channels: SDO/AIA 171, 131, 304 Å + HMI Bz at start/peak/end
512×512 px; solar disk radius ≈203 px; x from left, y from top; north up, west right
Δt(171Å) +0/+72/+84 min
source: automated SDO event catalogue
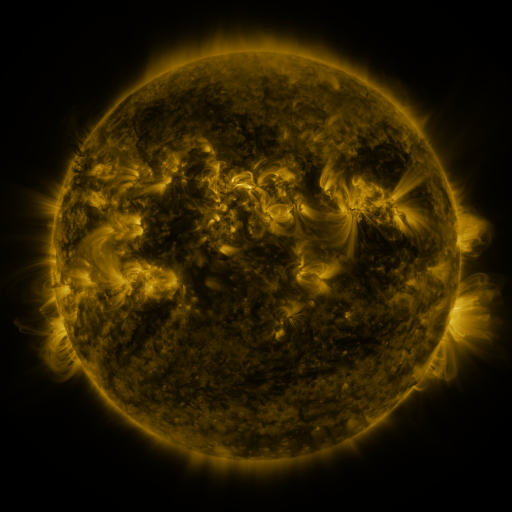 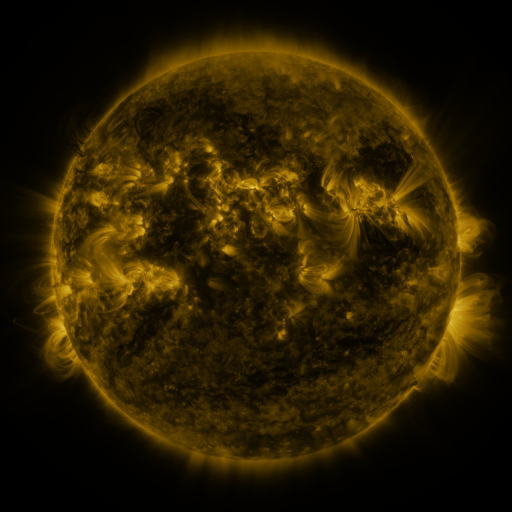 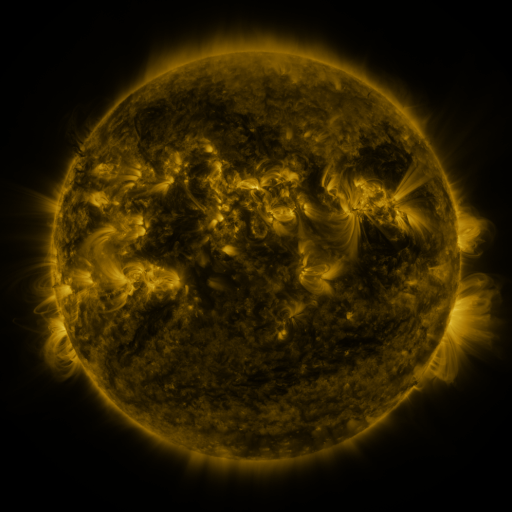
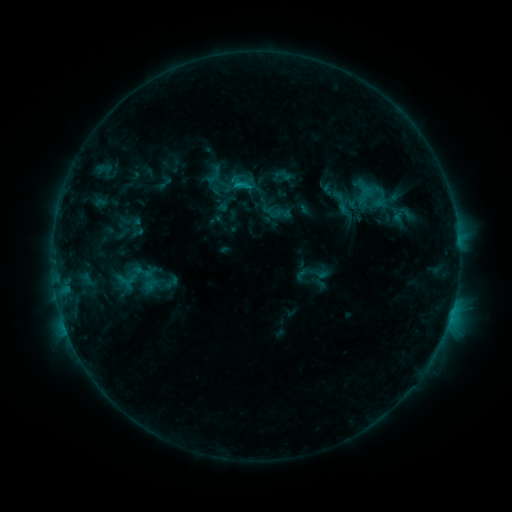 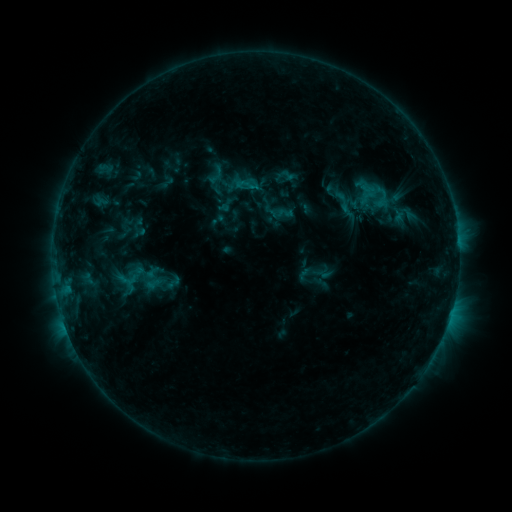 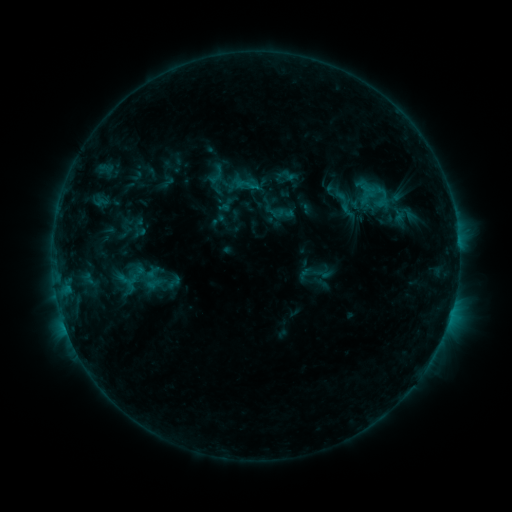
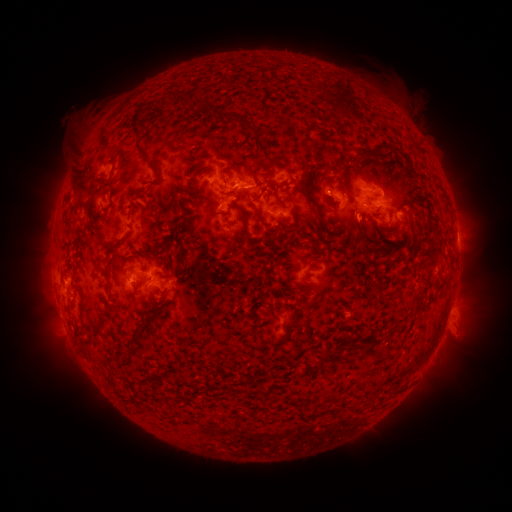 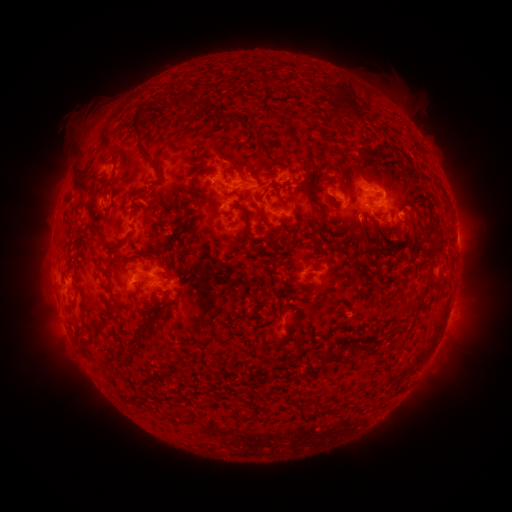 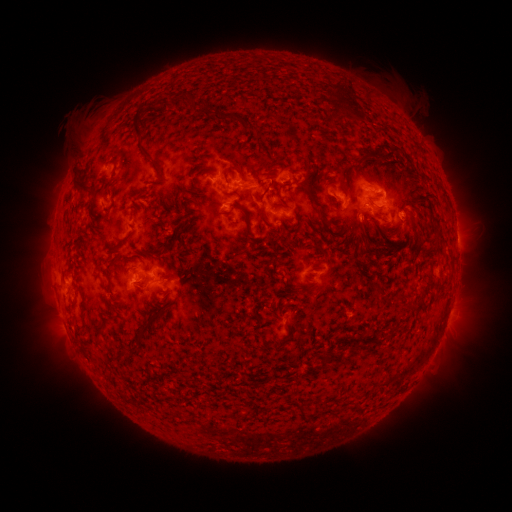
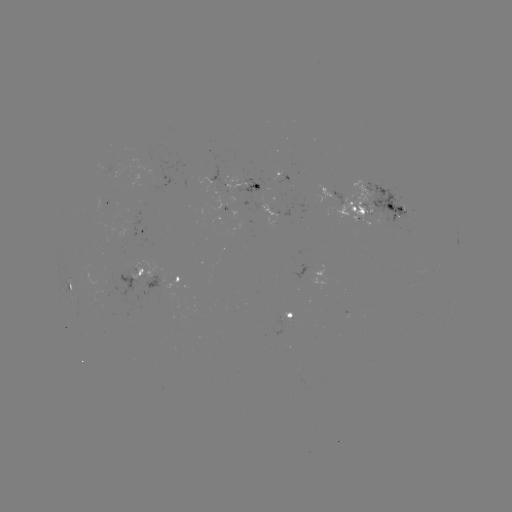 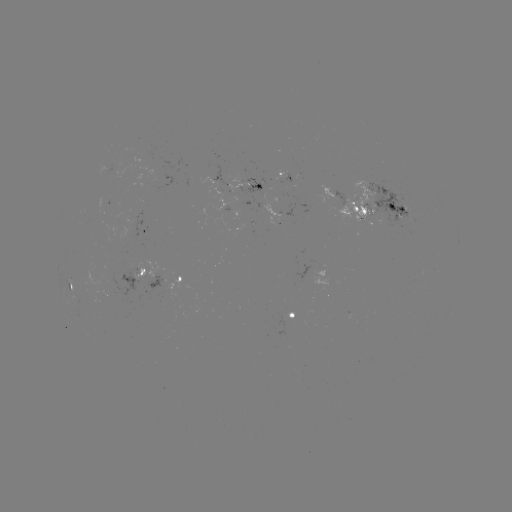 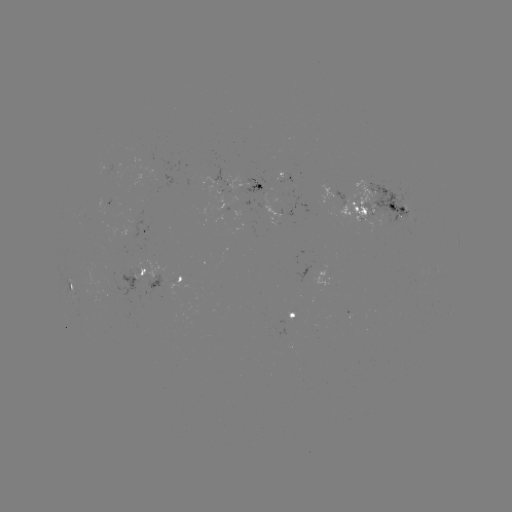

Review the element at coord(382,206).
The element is emerging-flux region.